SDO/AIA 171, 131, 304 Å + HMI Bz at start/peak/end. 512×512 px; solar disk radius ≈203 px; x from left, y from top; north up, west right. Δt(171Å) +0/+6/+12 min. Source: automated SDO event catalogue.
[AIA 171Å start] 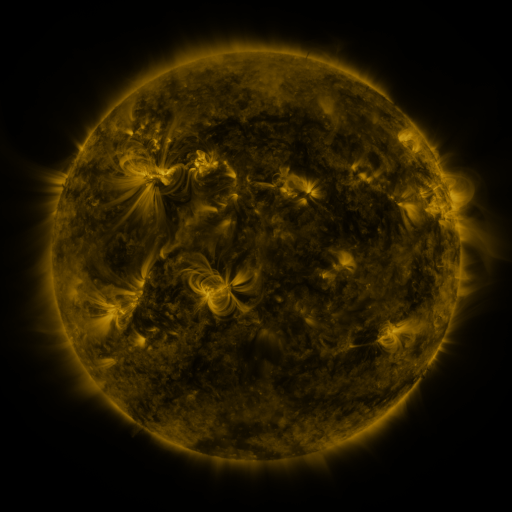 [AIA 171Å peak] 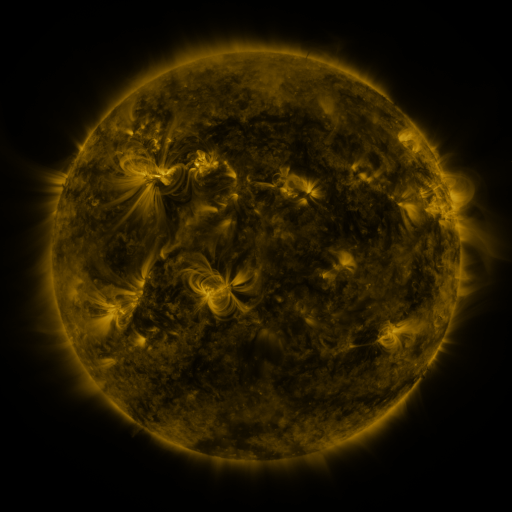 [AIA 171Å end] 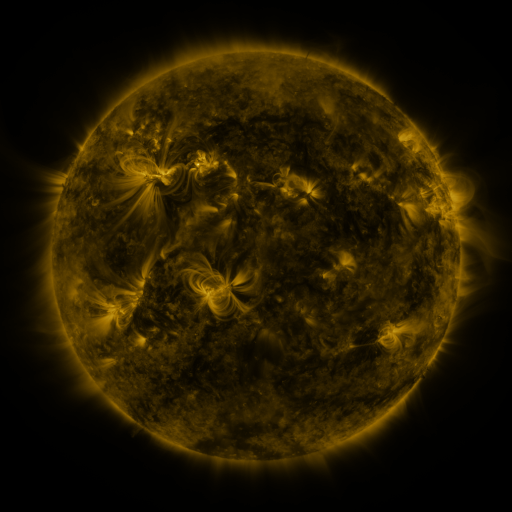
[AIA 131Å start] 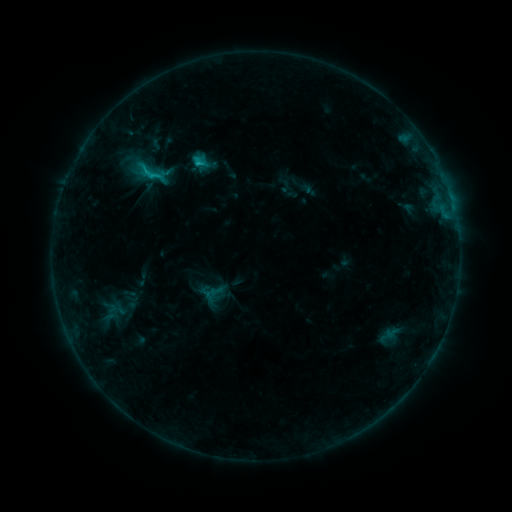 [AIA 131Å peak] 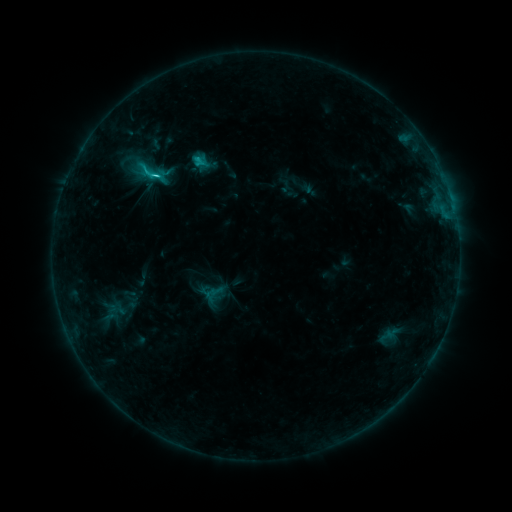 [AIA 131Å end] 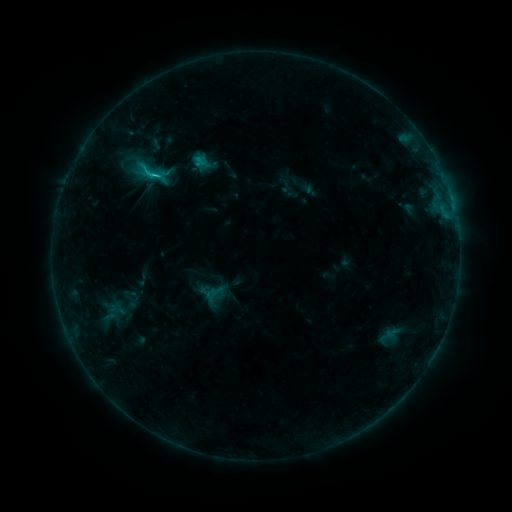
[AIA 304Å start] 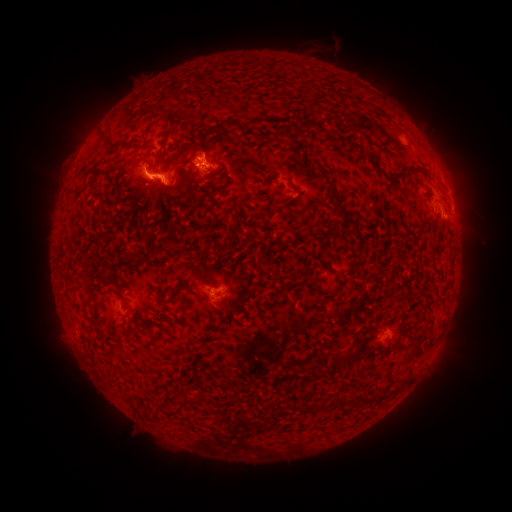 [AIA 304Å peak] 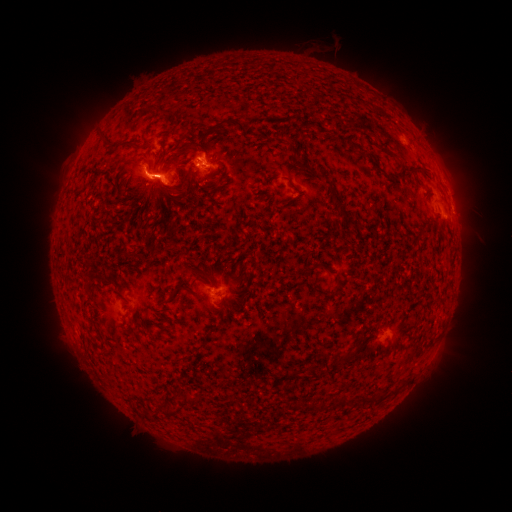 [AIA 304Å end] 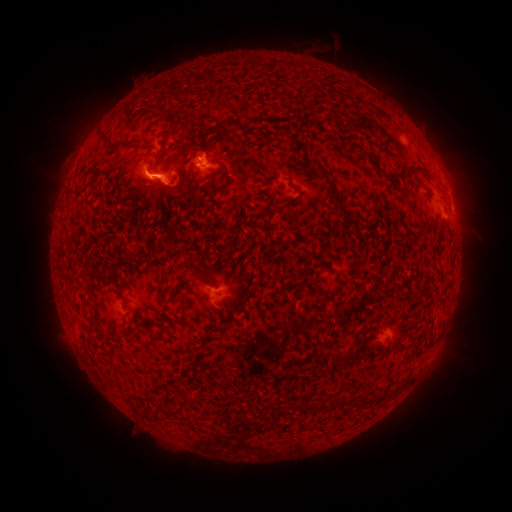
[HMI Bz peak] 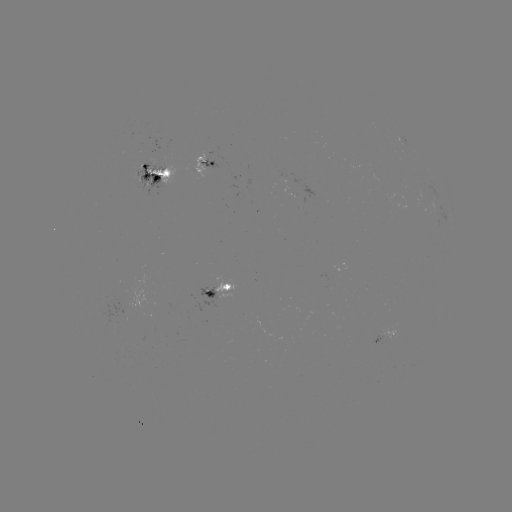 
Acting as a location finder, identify C2.7 flare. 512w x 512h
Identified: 200,160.